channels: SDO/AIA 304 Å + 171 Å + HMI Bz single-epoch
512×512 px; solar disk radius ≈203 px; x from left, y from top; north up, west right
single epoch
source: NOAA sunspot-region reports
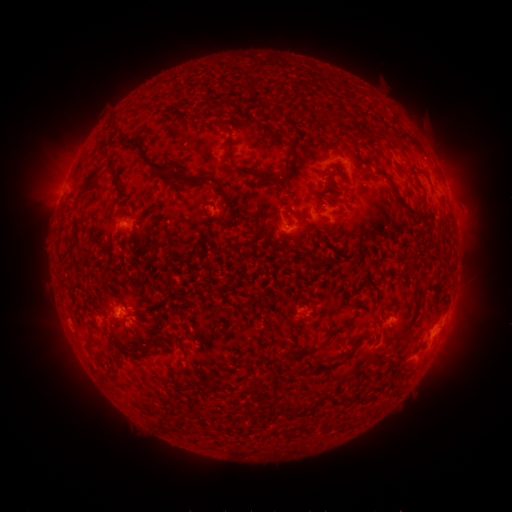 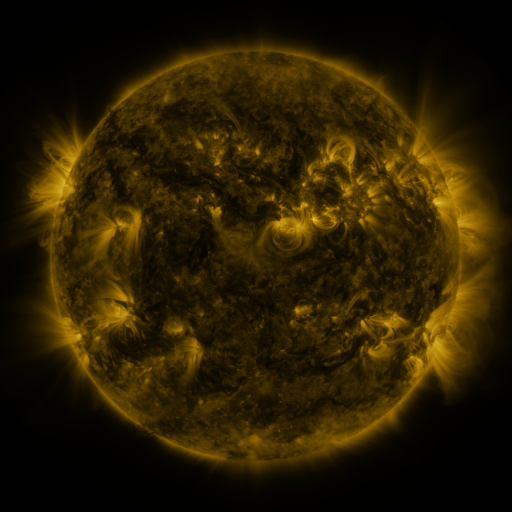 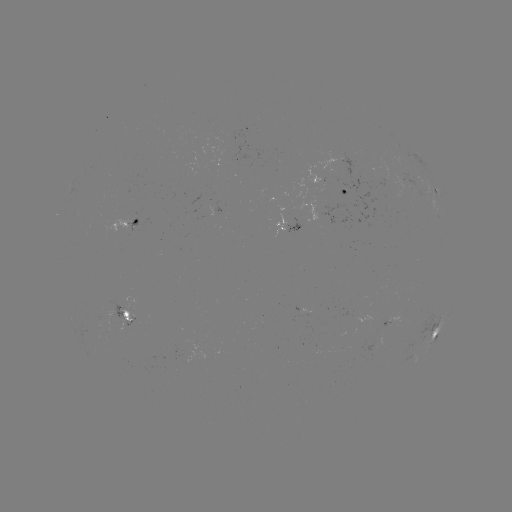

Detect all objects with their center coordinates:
spotted active region: (344, 191)
spotted active region: (439, 192)
spotted active region: (129, 223)
spotted active region: (291, 226)
spotted active region: (127, 314)
spotted active region: (397, 318)
spotted active region: (439, 325)
